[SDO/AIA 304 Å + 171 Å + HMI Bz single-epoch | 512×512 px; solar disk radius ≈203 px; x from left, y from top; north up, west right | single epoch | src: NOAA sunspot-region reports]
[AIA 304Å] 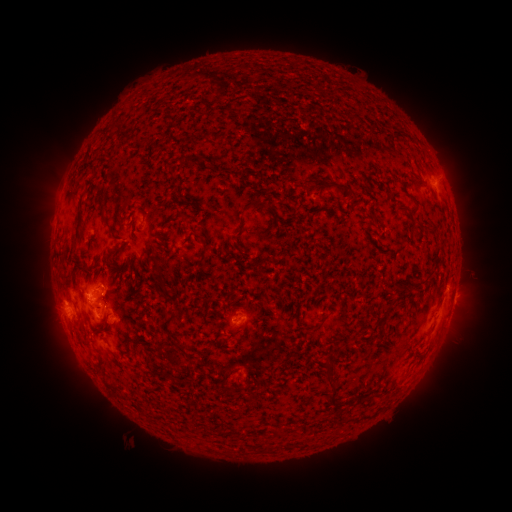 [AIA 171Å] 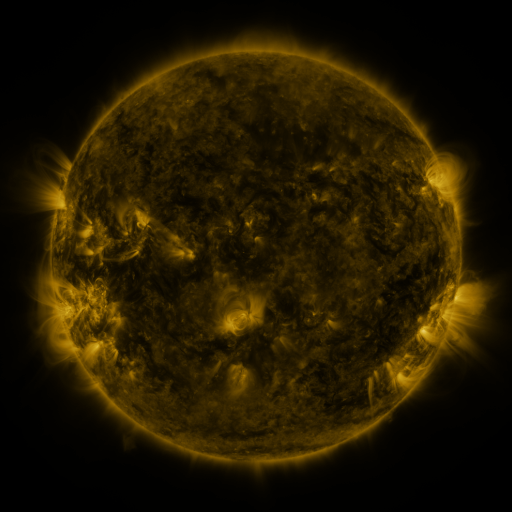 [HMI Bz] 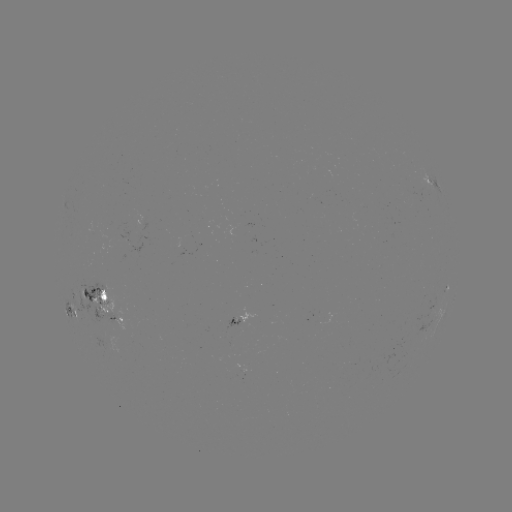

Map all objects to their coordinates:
spotted active region: (433, 186)
spotted active region: (453, 301)
spotted active region: (105, 302)
spotted active region: (70, 308)
spotted active region: (235, 319)
spotted active region: (246, 370)
